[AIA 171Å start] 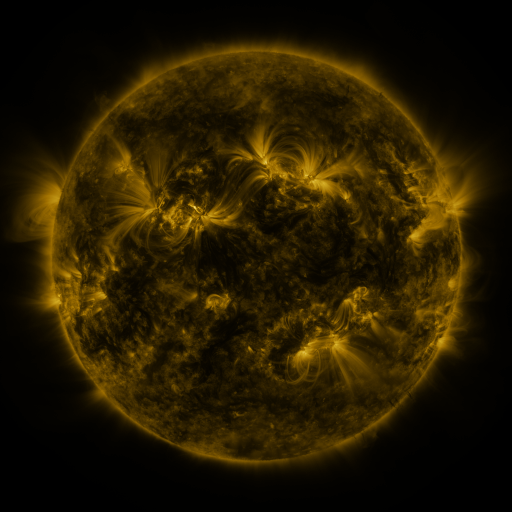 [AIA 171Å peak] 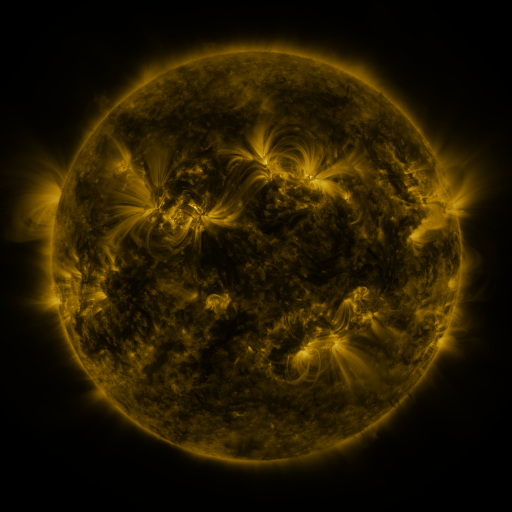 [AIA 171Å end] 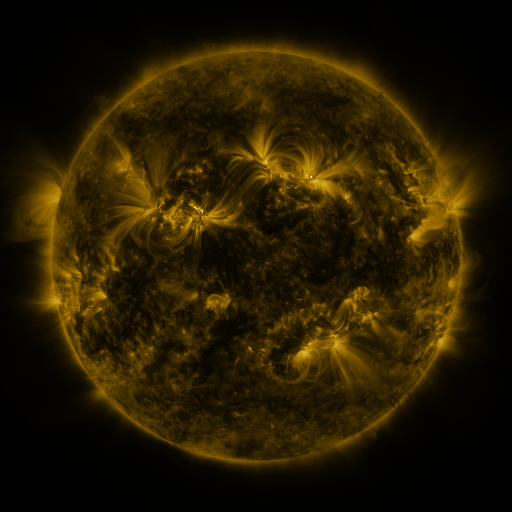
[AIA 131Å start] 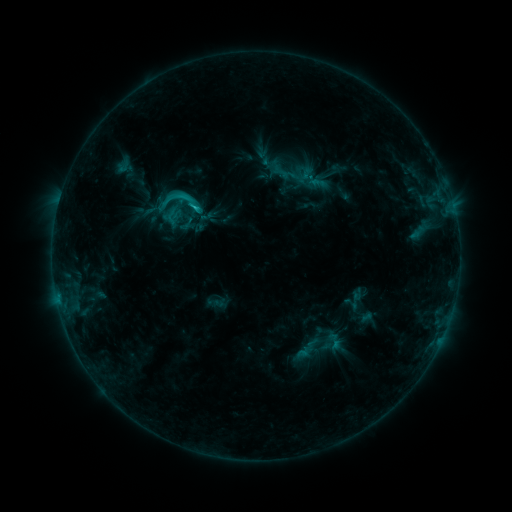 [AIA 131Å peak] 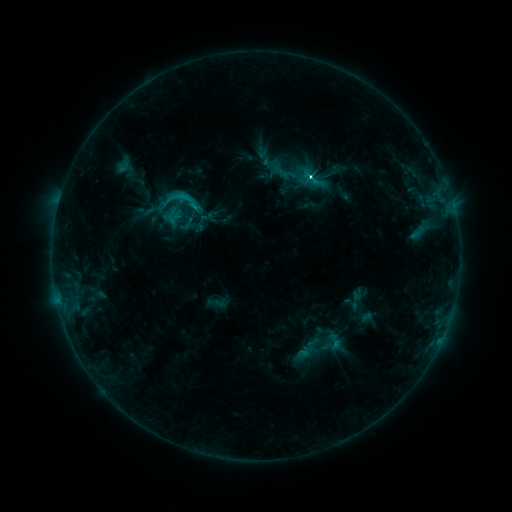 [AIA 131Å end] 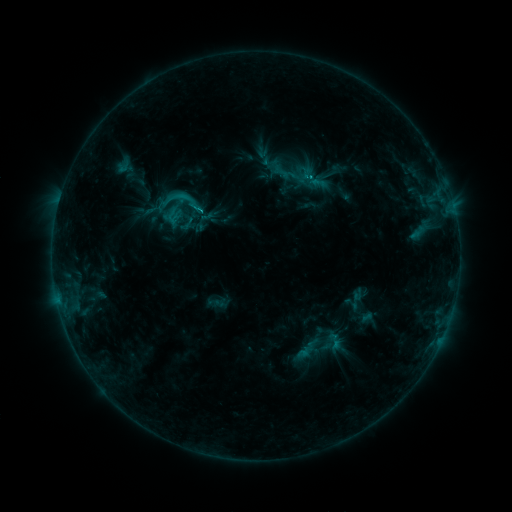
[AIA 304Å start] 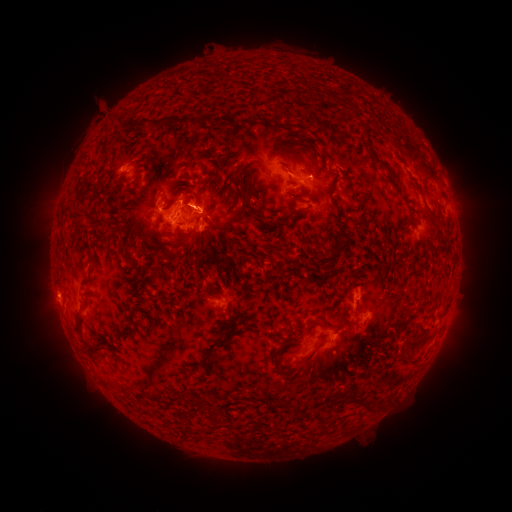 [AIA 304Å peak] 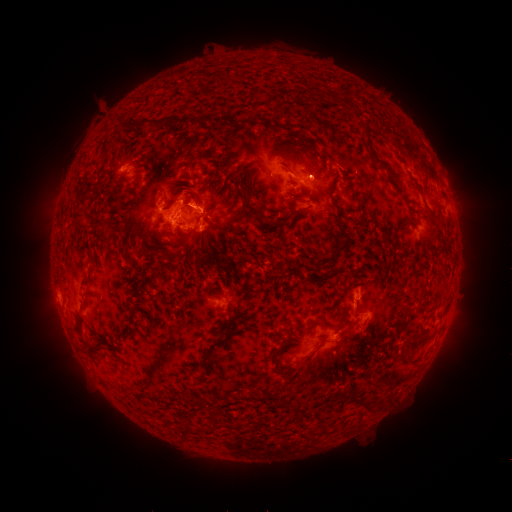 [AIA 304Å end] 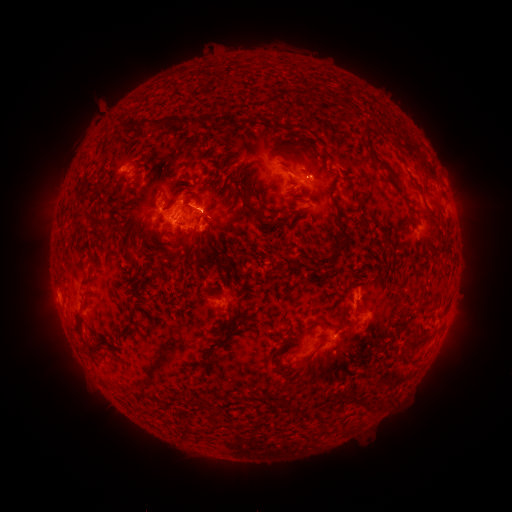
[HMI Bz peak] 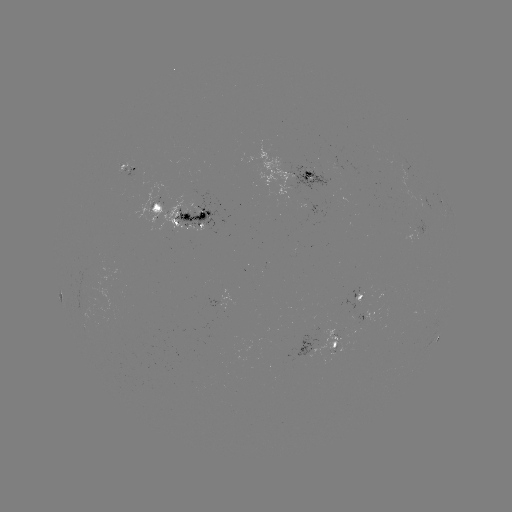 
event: flare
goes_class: C3.1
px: (309, 178)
